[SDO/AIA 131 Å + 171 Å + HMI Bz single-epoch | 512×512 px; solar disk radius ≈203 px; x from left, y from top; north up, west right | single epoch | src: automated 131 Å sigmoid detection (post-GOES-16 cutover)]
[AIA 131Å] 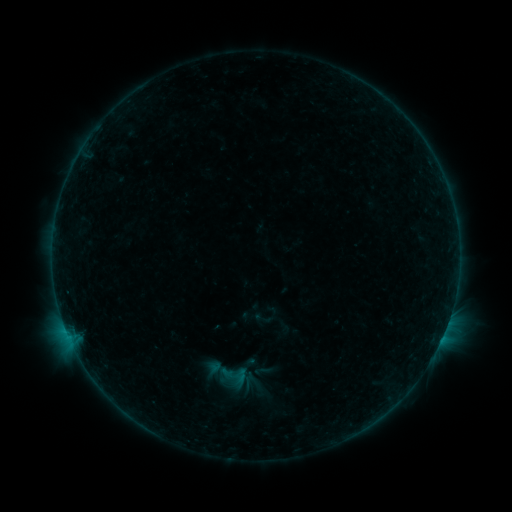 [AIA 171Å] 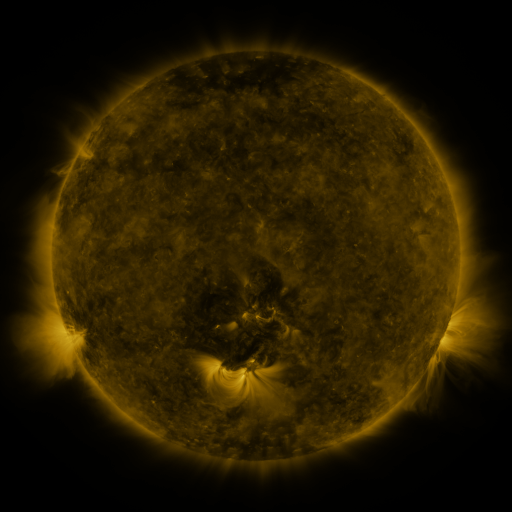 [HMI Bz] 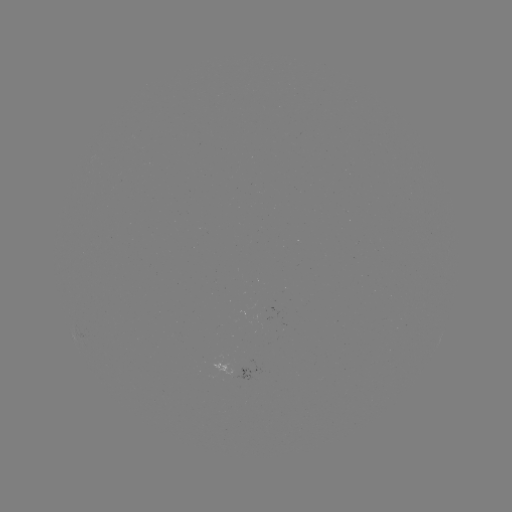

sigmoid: (252, 309, 272, 328)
